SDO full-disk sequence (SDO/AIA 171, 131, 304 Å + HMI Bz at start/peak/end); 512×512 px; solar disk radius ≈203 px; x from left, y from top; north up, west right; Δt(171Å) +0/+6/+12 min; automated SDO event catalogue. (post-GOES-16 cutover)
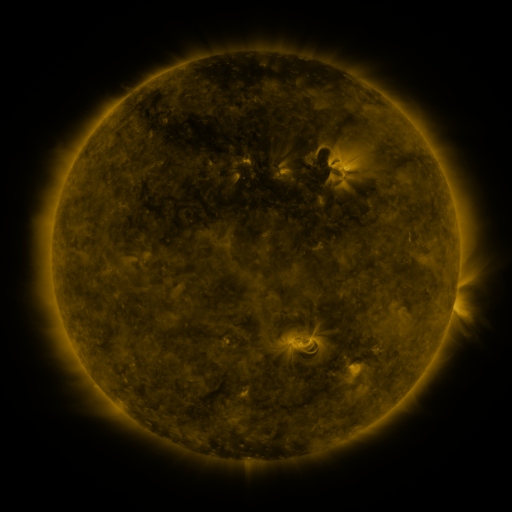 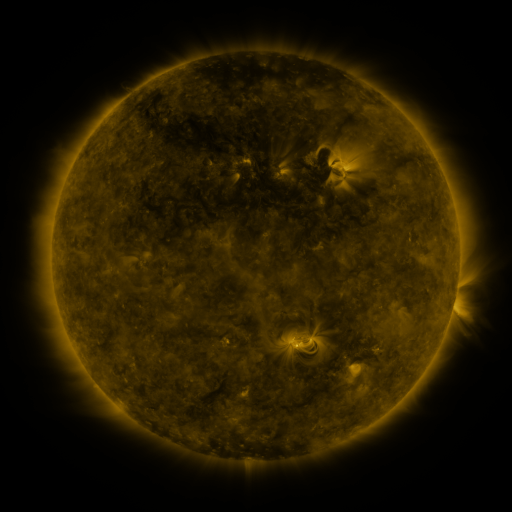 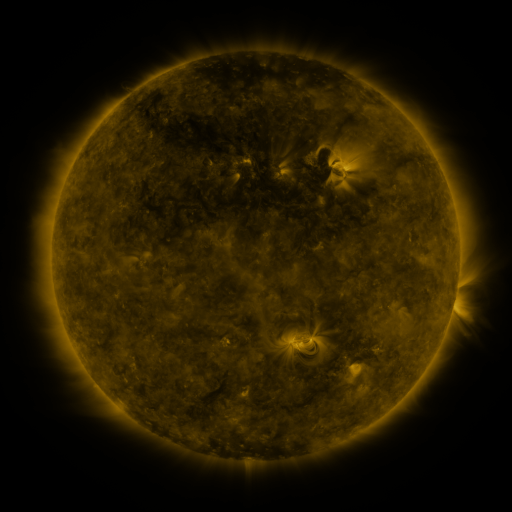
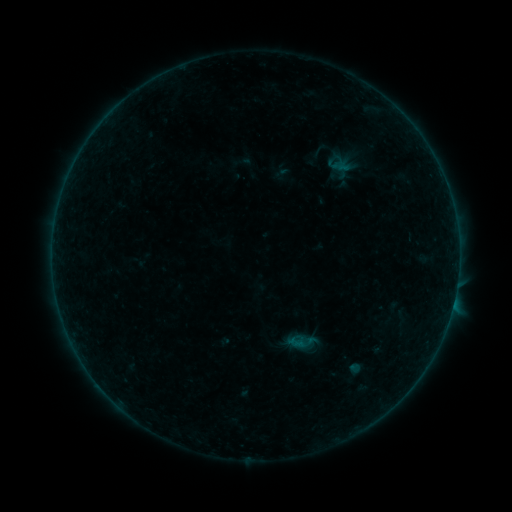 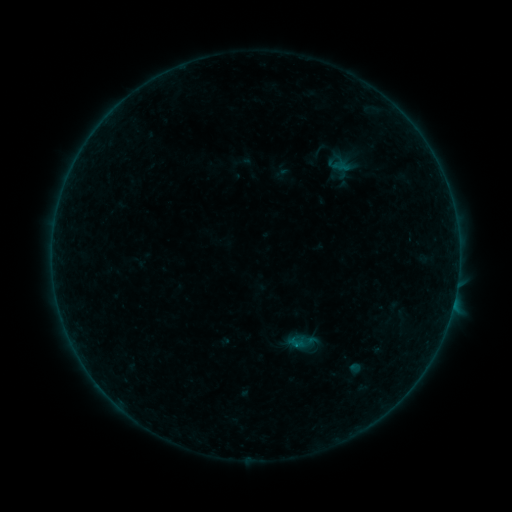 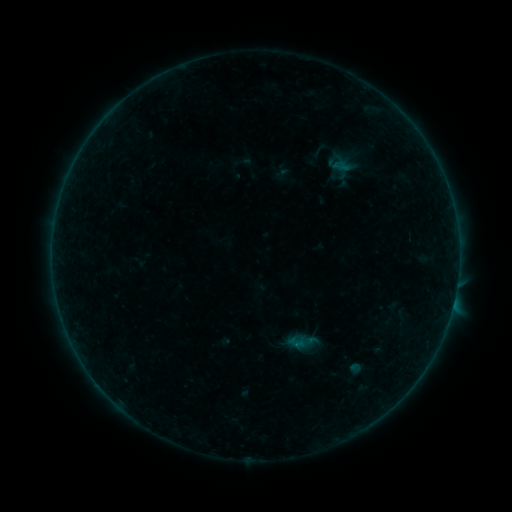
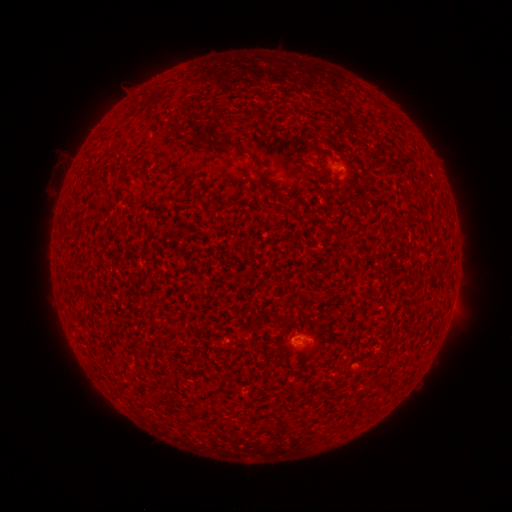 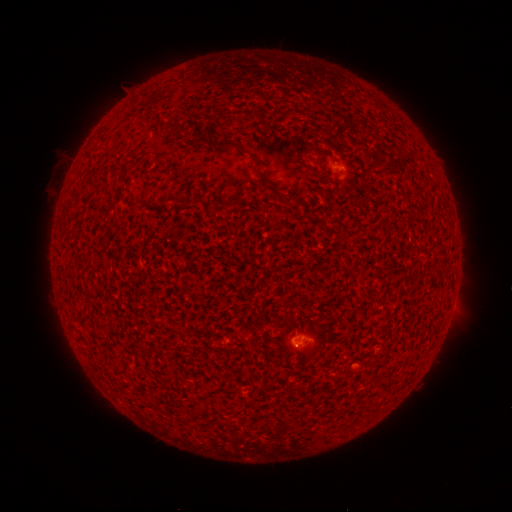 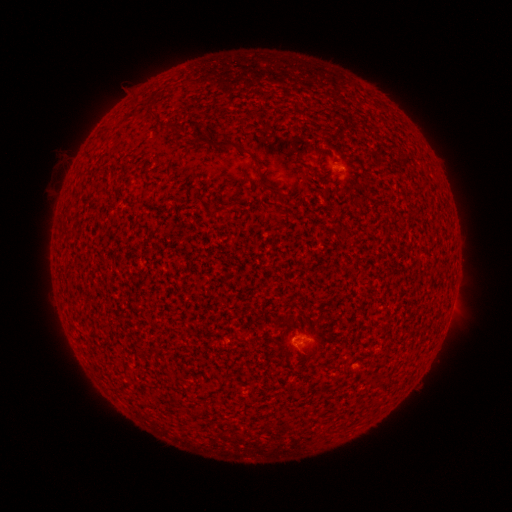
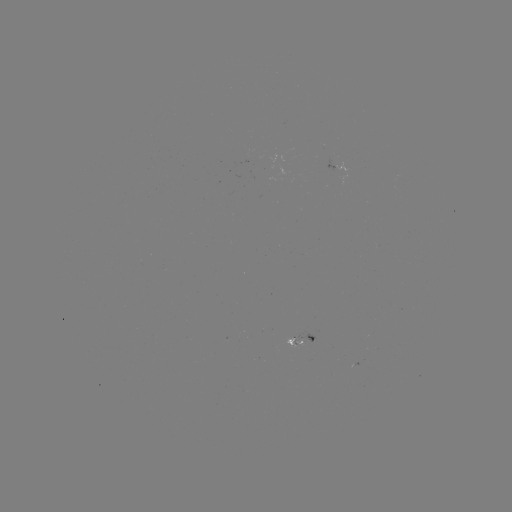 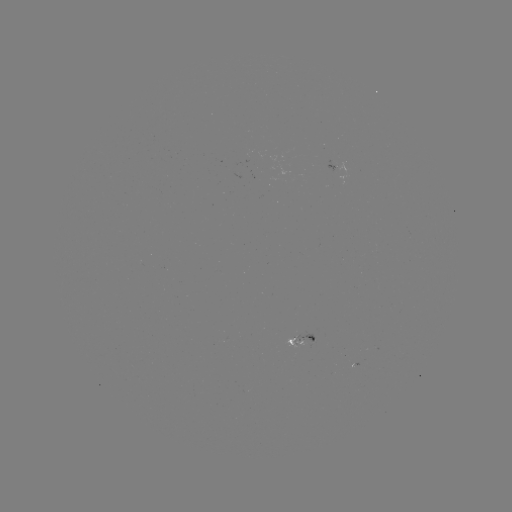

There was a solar flare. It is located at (295, 344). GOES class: B1.4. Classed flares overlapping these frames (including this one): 1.